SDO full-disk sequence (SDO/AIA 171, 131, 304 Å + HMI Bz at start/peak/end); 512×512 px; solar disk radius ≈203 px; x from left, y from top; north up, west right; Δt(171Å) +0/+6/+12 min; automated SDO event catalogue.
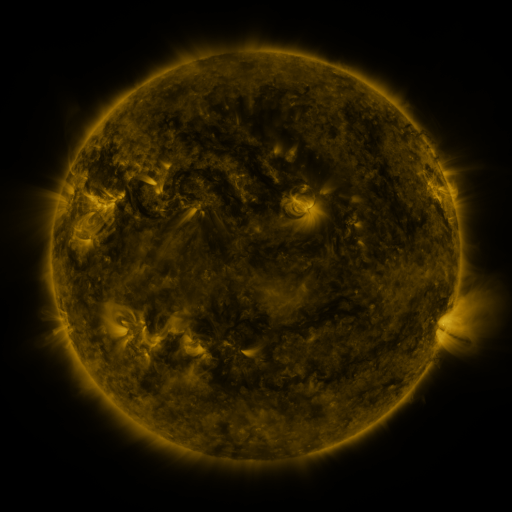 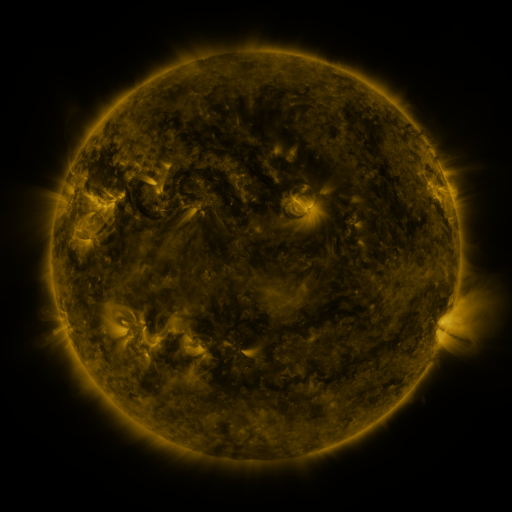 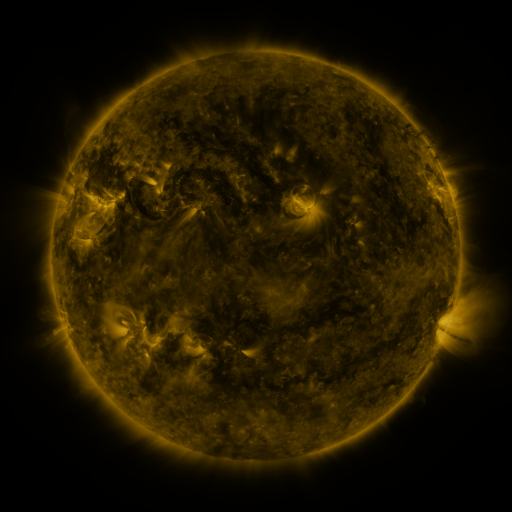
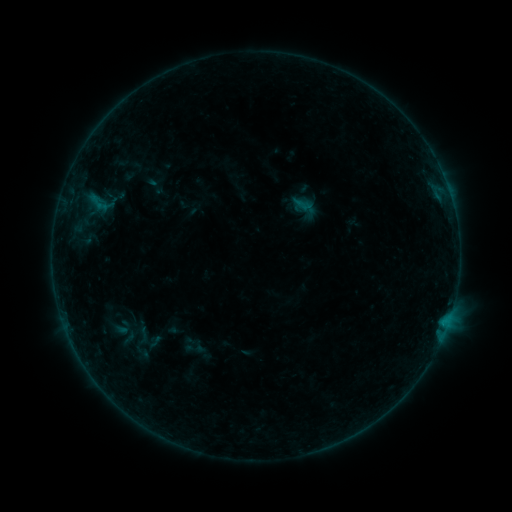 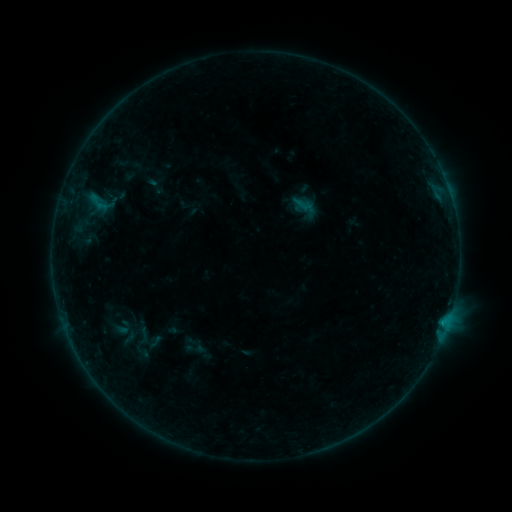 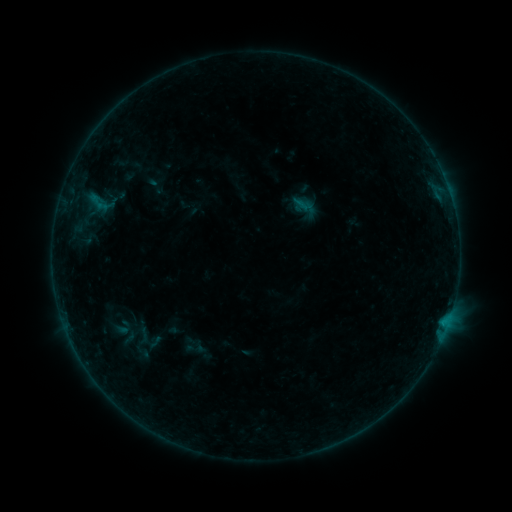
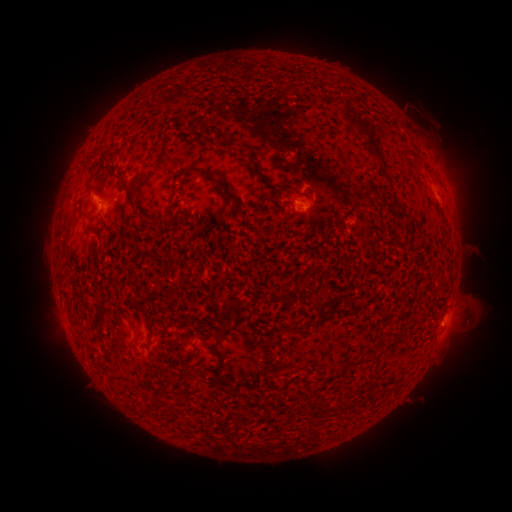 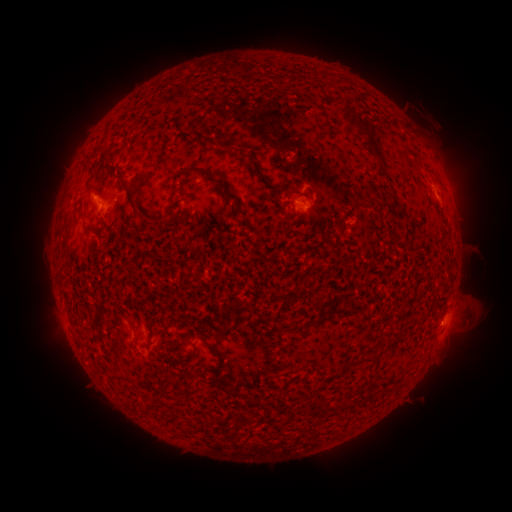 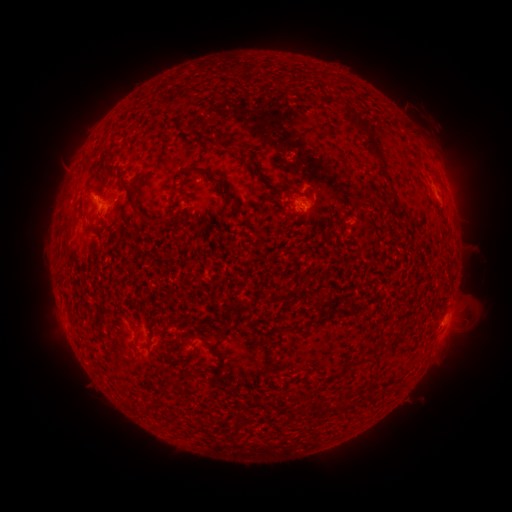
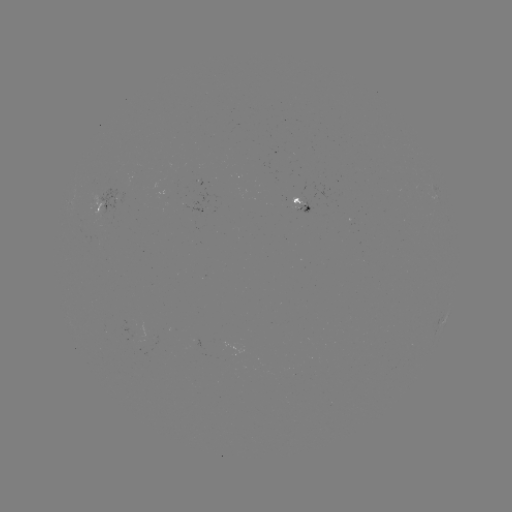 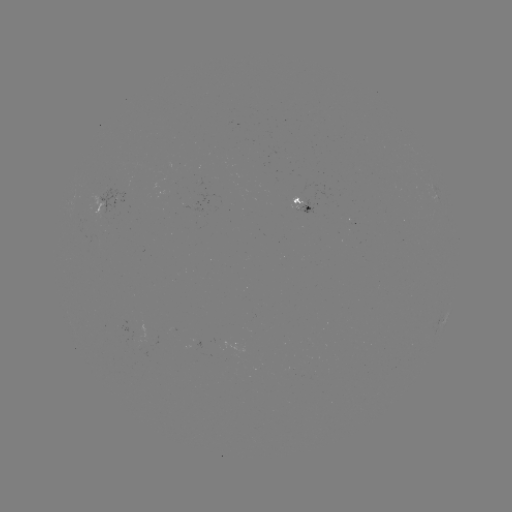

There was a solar flare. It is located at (93, 198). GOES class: B2.5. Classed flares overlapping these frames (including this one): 1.